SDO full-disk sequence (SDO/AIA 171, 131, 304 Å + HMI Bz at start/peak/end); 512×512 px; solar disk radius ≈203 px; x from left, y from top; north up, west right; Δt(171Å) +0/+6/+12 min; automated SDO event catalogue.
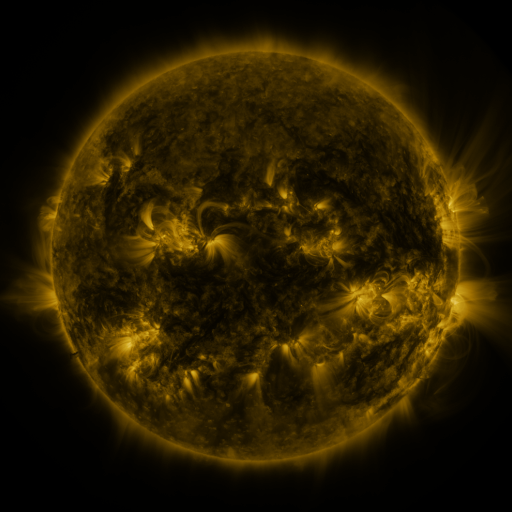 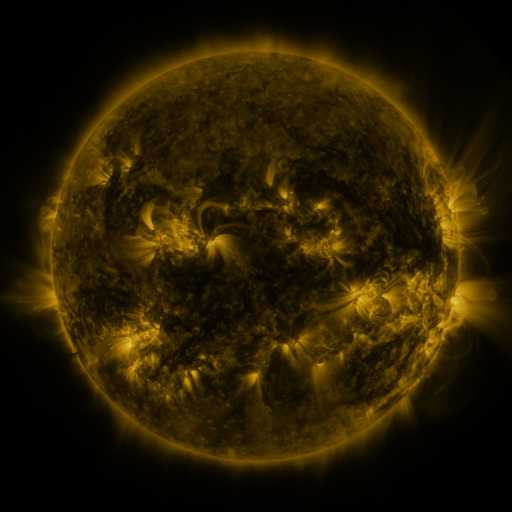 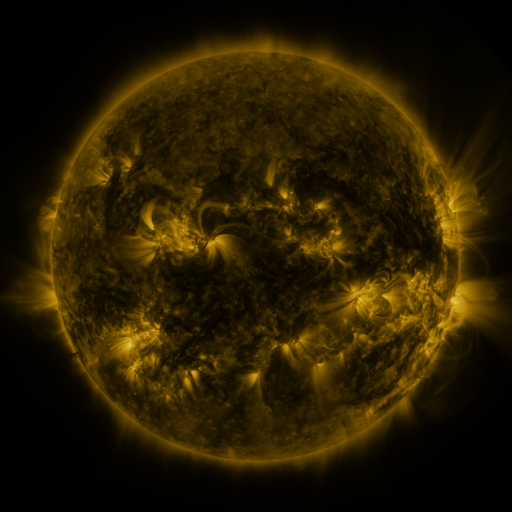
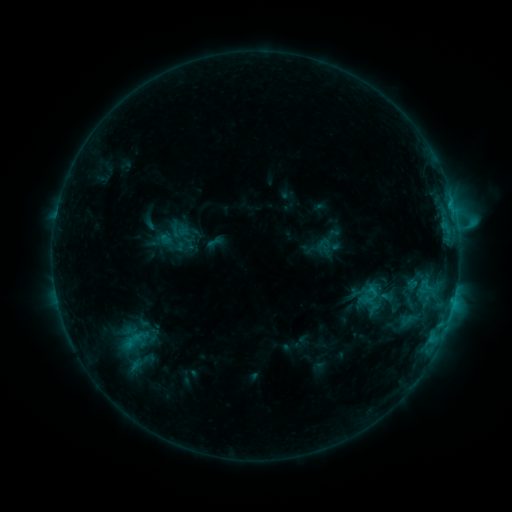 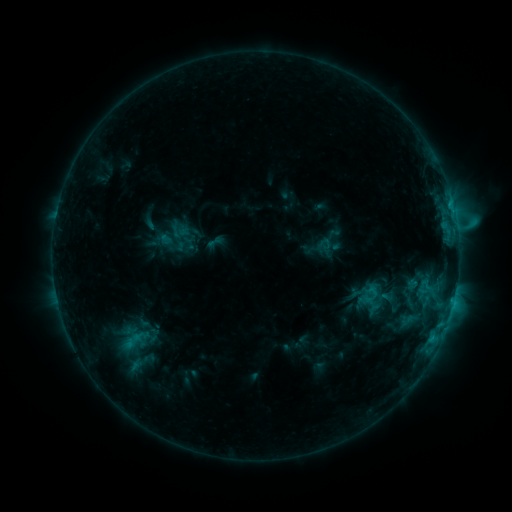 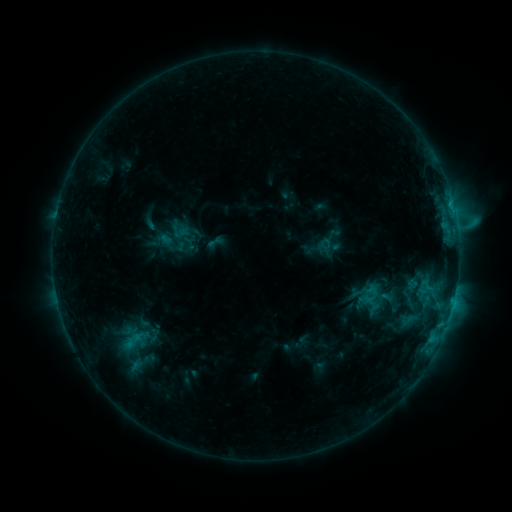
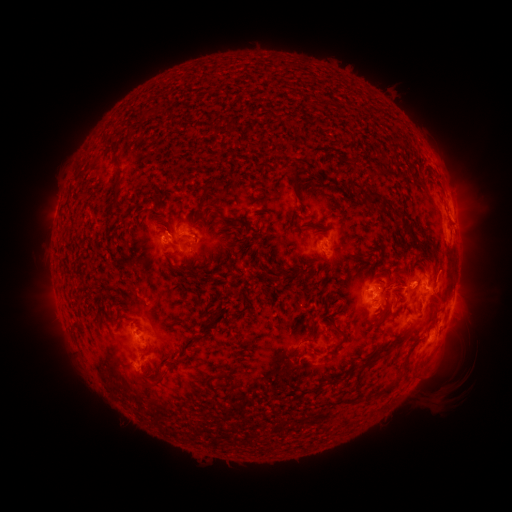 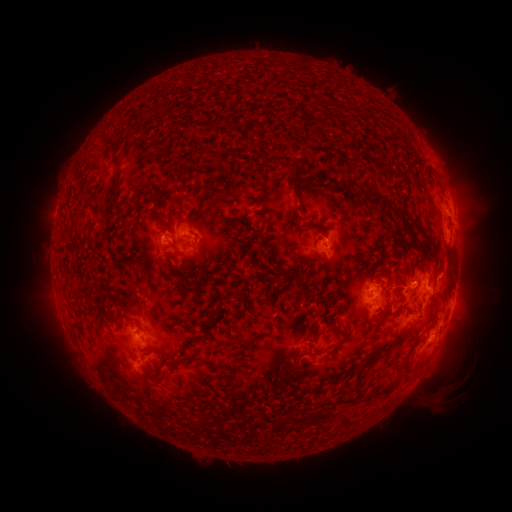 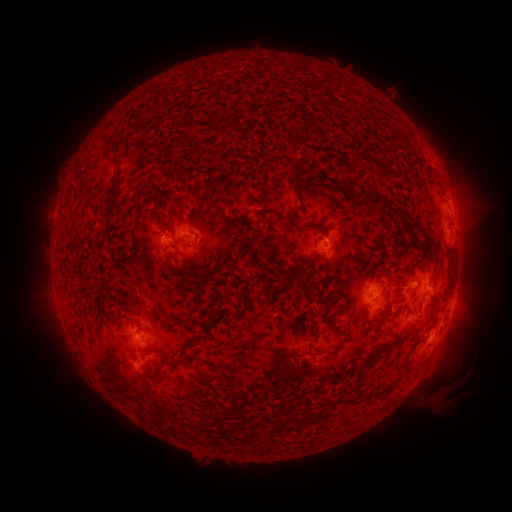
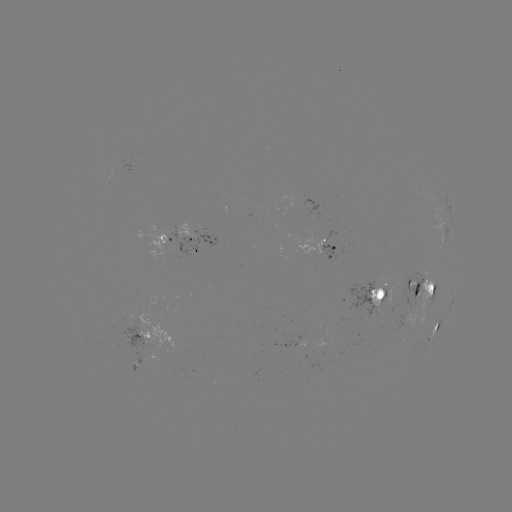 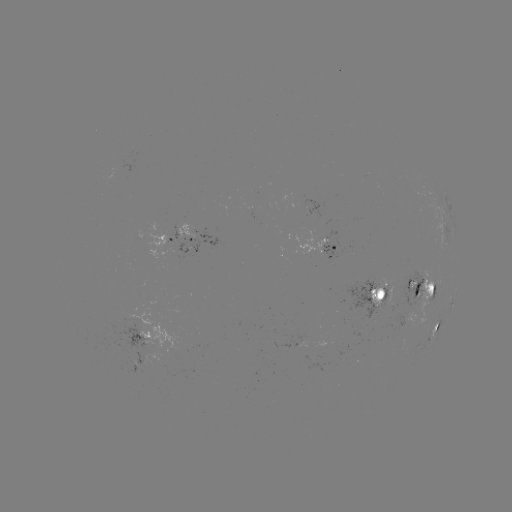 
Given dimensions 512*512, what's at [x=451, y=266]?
eruption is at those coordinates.